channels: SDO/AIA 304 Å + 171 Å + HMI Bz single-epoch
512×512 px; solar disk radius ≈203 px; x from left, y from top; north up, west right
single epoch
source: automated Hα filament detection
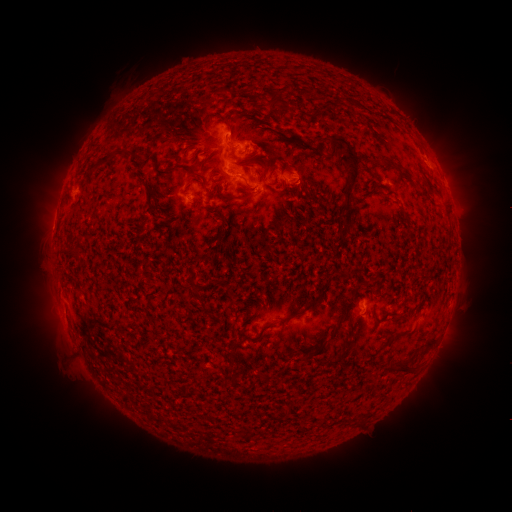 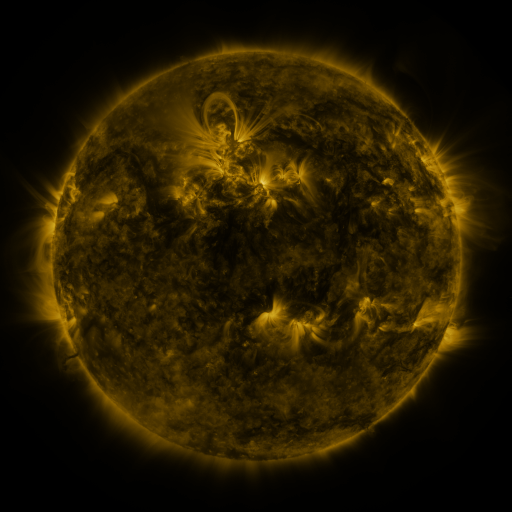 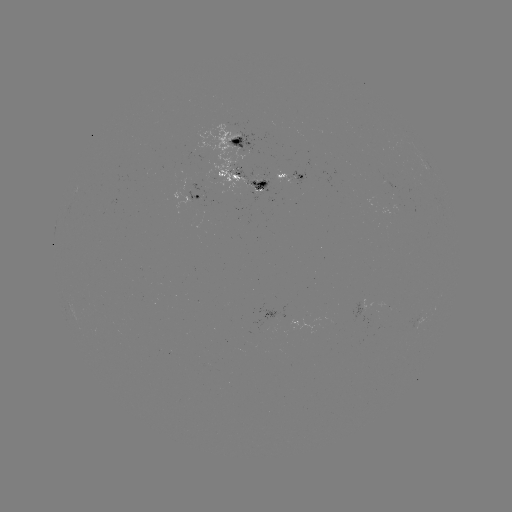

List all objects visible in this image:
filament: (273, 101)
filament: (321, 110)
filament: (226, 120)
filament: (286, 136)
filament: (126, 152)
filament: (104, 161)
filament: (246, 165)
filament: (266, 166)
filament: (397, 168)
filament: (162, 172)
filament: (197, 174)
filament: (350, 185)
filament: (213, 188)
filament: (150, 193)
filament: (244, 198)
filament: (216, 210)
filament: (167, 218)
filament: (223, 228)
filament: (74, 253)
filament: (228, 290)
filament: (199, 298)
filament: (319, 298)
filament: (281, 322)
filament: (251, 339)
filament: (427, 345)
filament: (405, 368)
